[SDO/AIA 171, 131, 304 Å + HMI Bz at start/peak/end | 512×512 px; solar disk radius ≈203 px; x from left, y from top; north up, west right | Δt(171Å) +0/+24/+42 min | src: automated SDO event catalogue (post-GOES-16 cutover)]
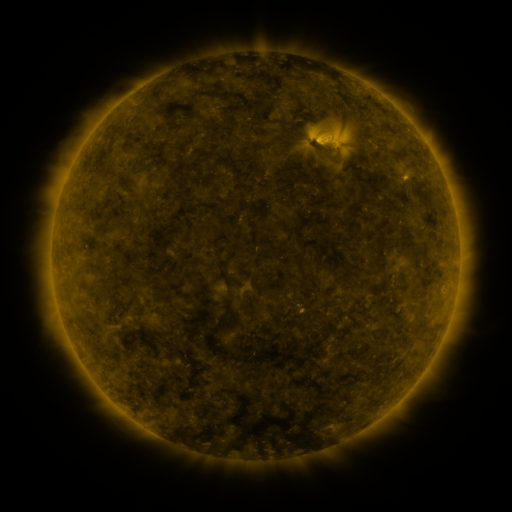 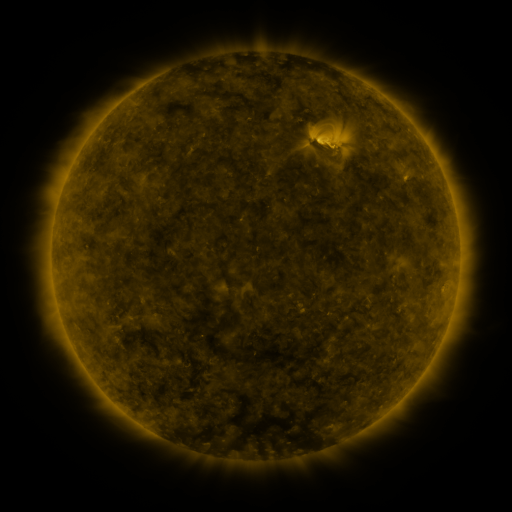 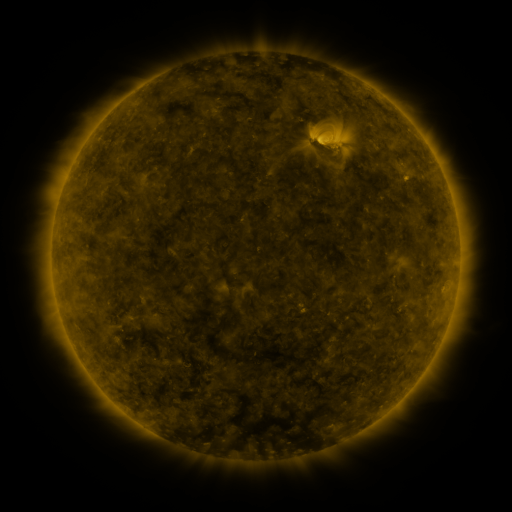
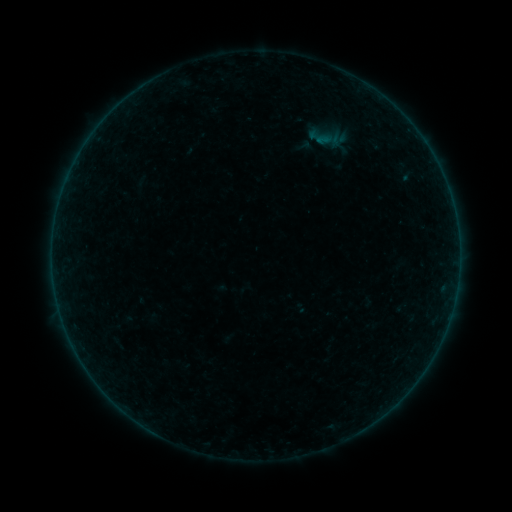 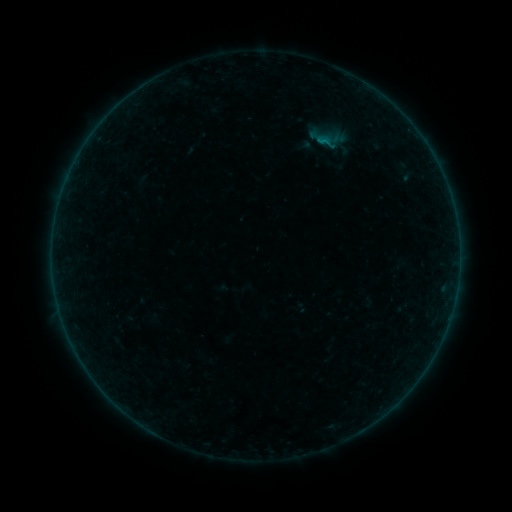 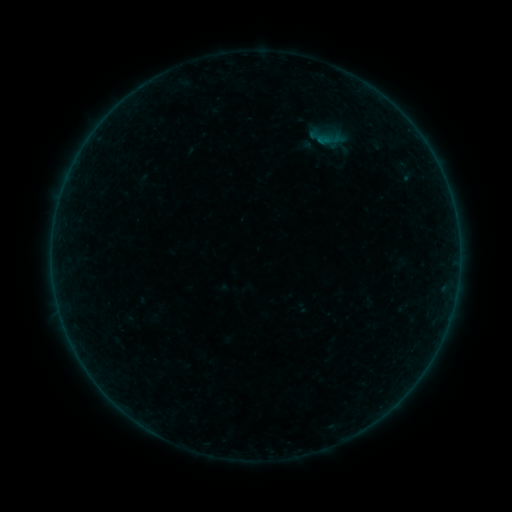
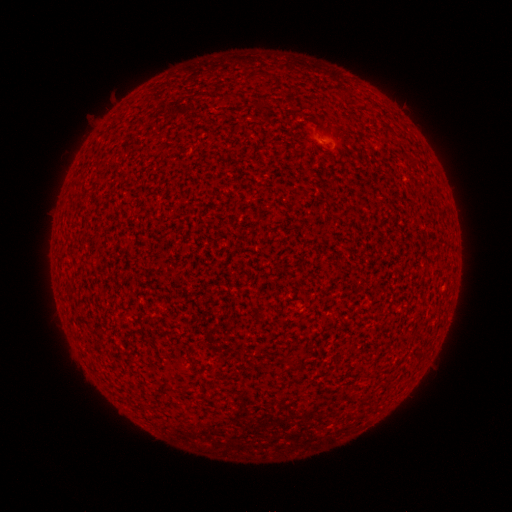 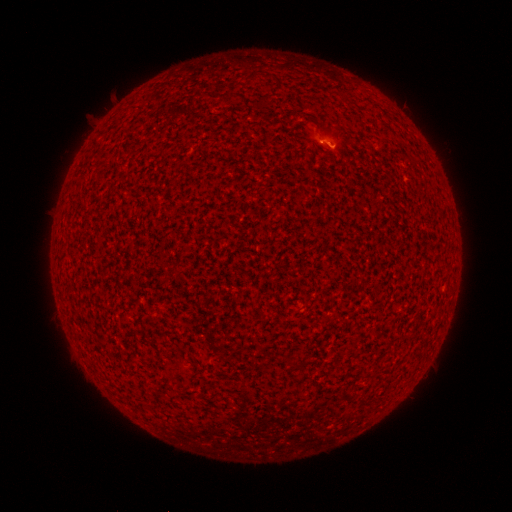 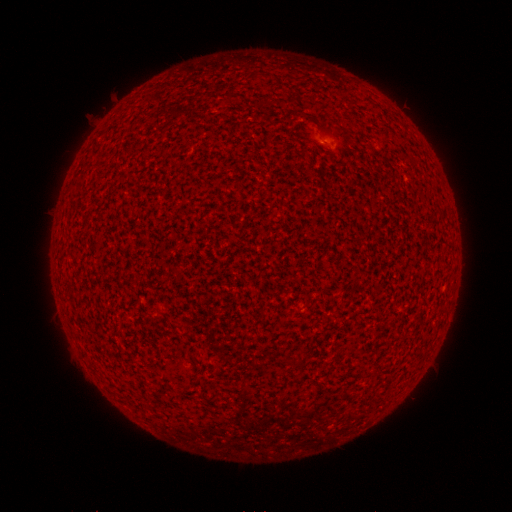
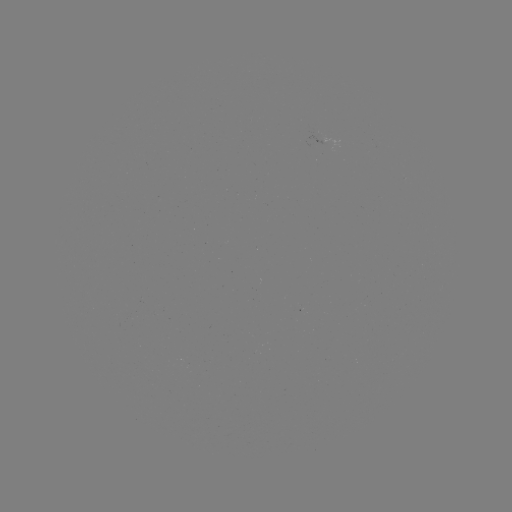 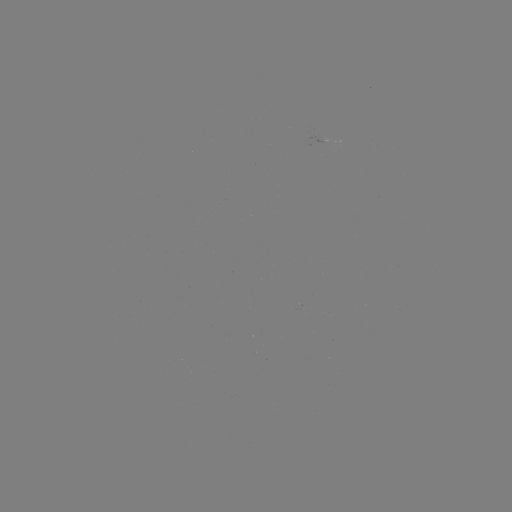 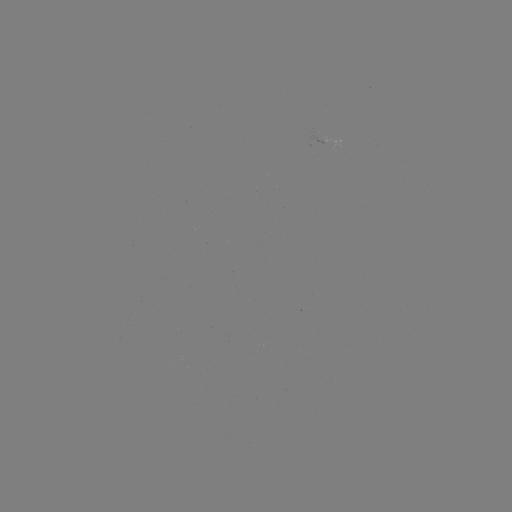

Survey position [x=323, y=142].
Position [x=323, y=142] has A9.4 flare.